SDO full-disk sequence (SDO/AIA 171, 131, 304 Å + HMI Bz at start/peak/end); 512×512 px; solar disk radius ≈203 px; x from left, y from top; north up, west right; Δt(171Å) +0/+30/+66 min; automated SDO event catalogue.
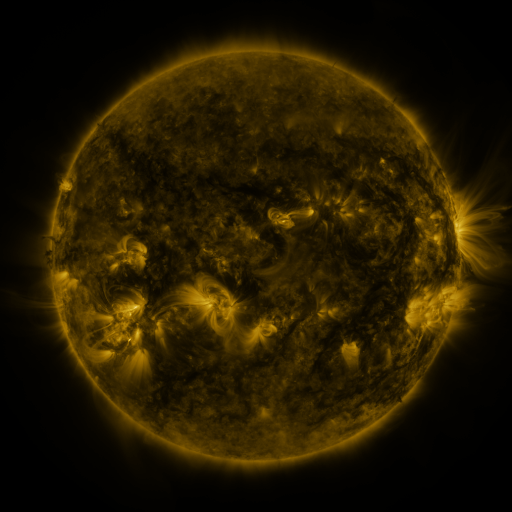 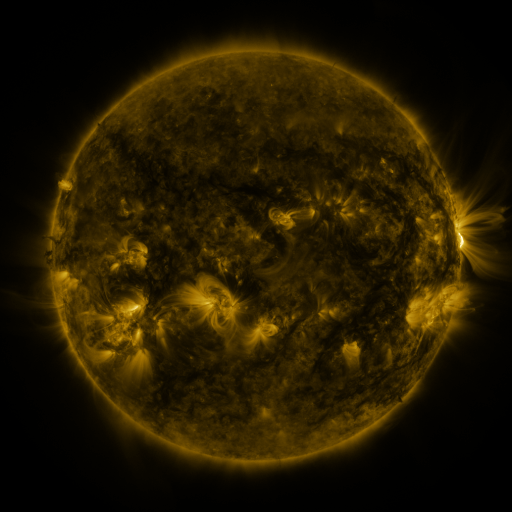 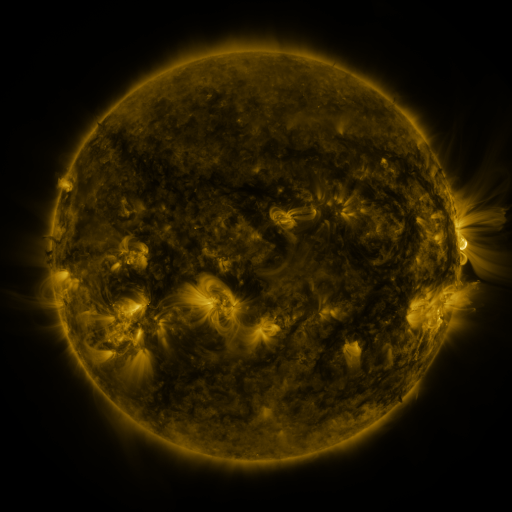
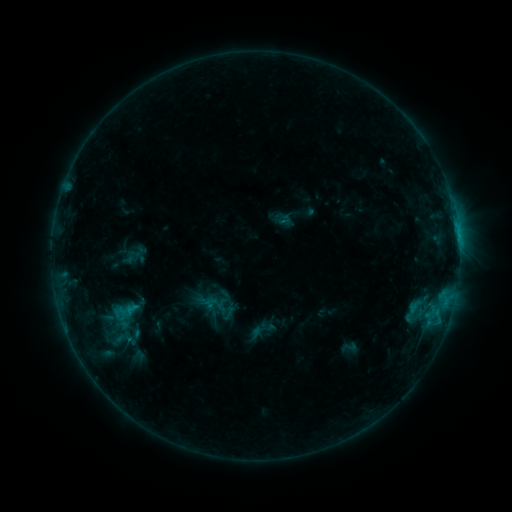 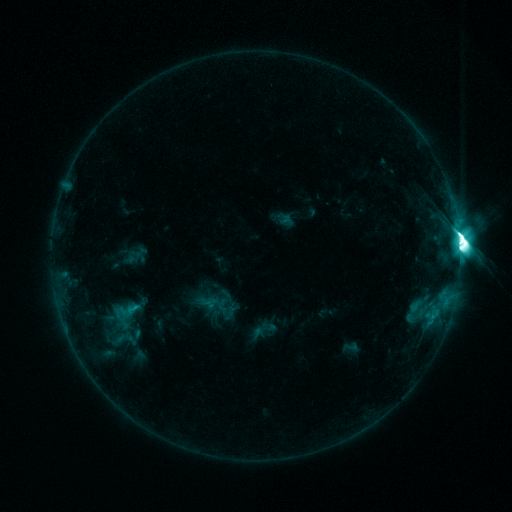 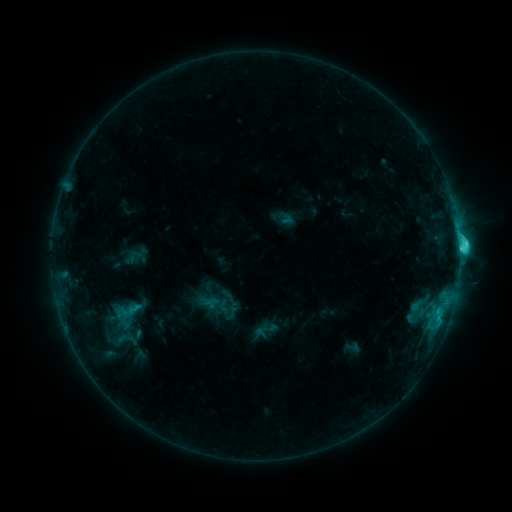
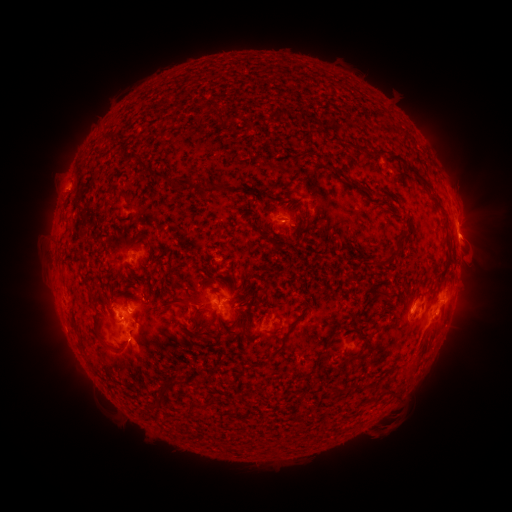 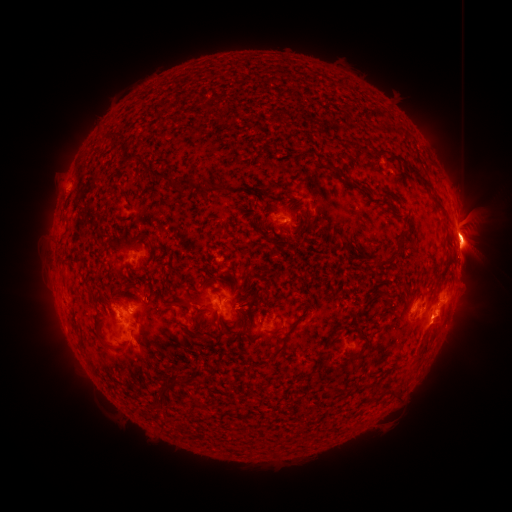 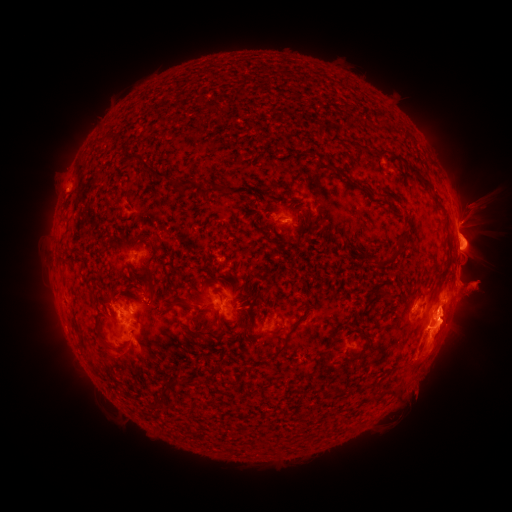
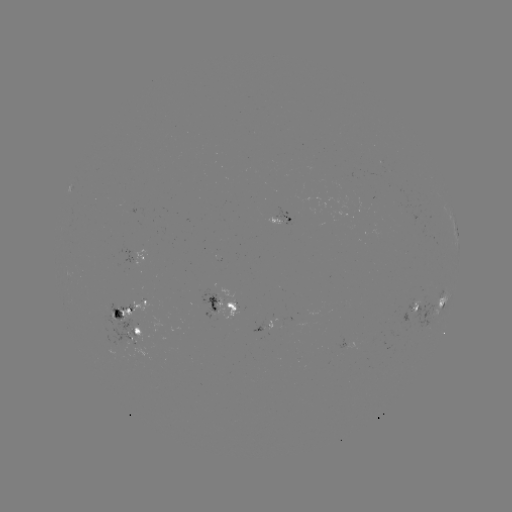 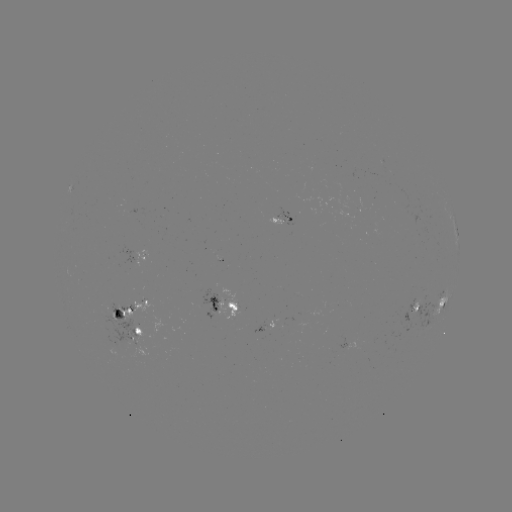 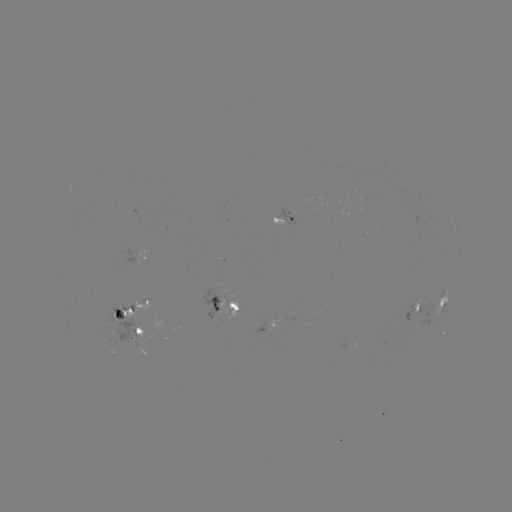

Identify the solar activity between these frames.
eruption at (476, 233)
